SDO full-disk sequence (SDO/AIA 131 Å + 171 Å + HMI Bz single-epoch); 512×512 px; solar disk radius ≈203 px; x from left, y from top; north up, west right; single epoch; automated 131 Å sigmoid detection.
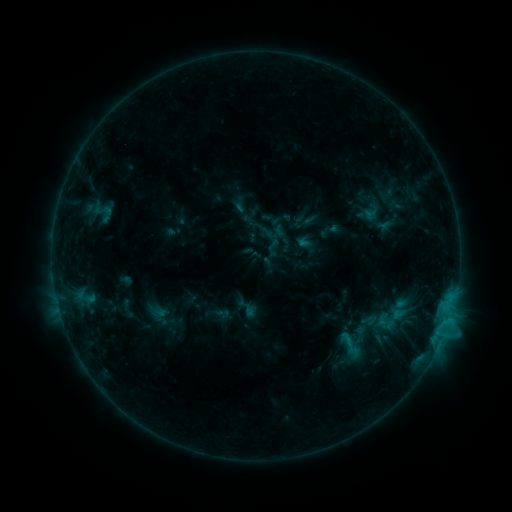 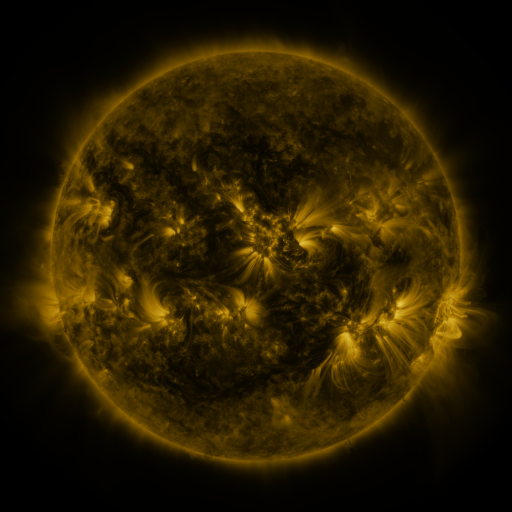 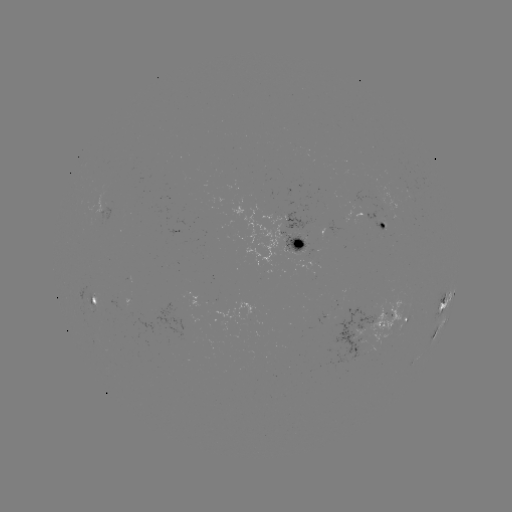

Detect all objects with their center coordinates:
sigmoid: [96, 203, 116, 225]
sigmoid: [370, 315, 387, 332]
